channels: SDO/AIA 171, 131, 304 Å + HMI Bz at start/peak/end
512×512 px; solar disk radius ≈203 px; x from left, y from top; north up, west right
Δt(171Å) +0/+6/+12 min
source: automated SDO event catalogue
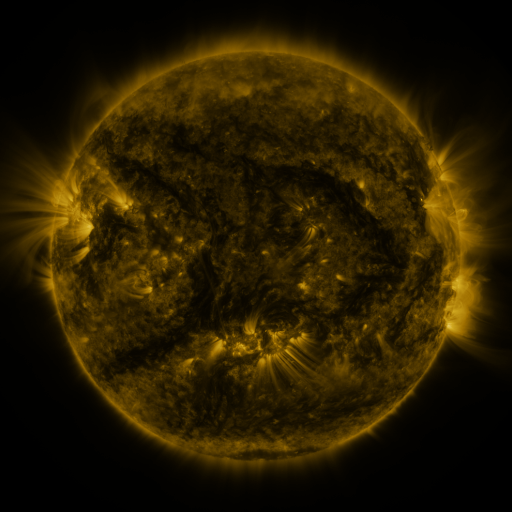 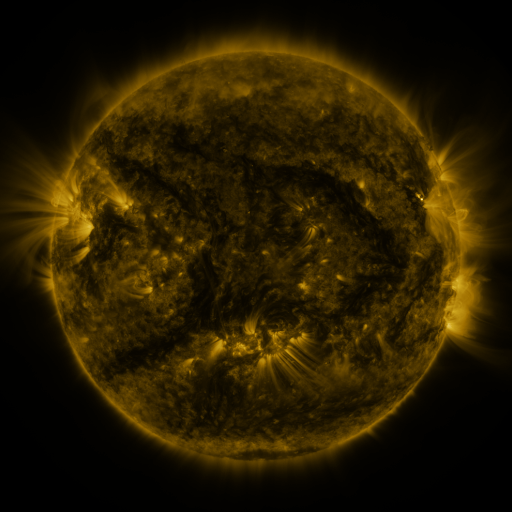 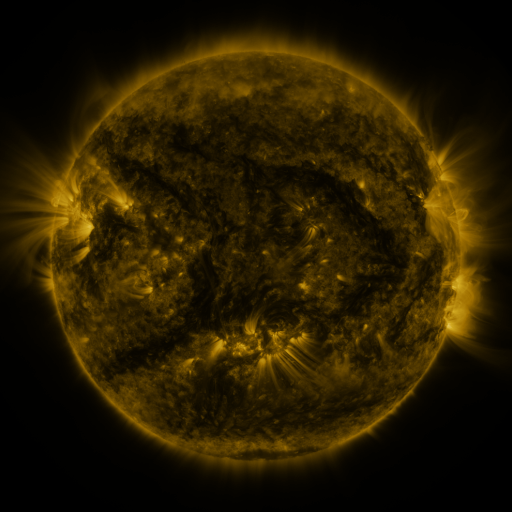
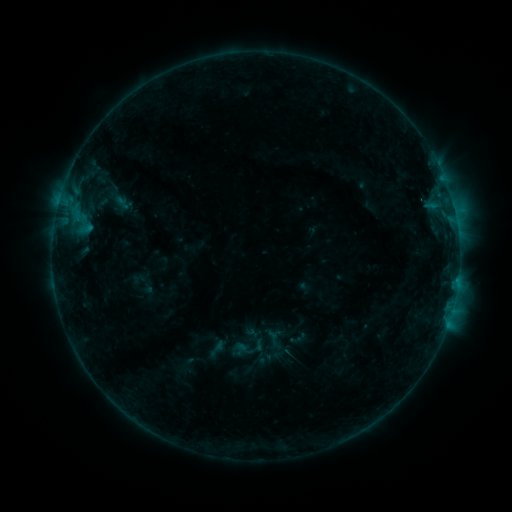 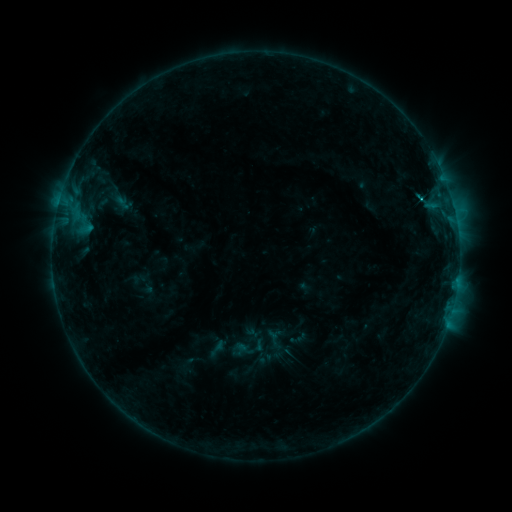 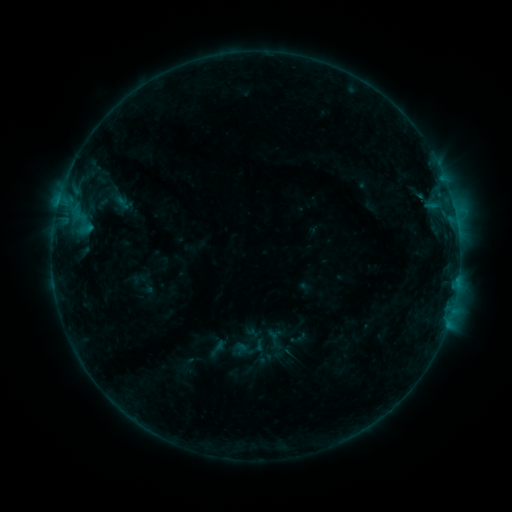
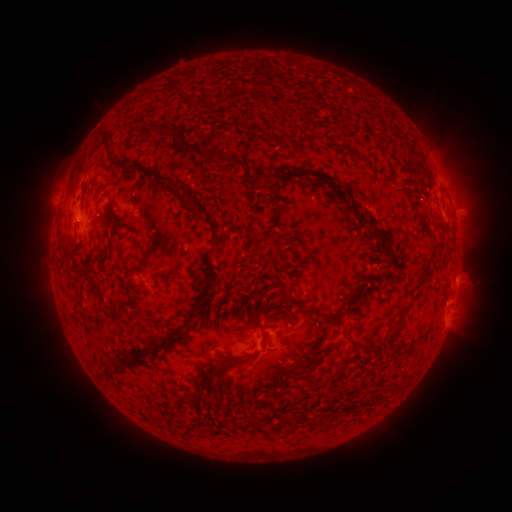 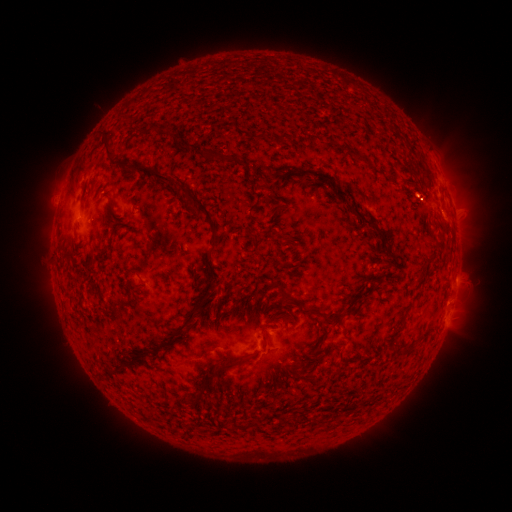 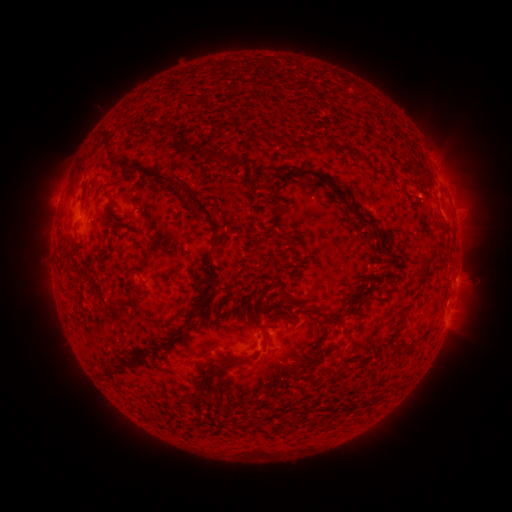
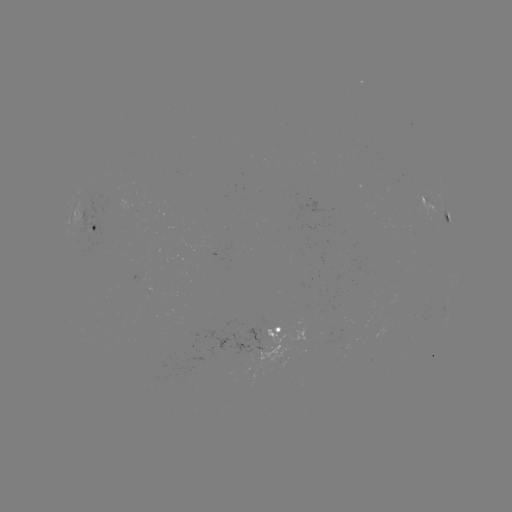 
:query C1.0 flare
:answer [420, 200]